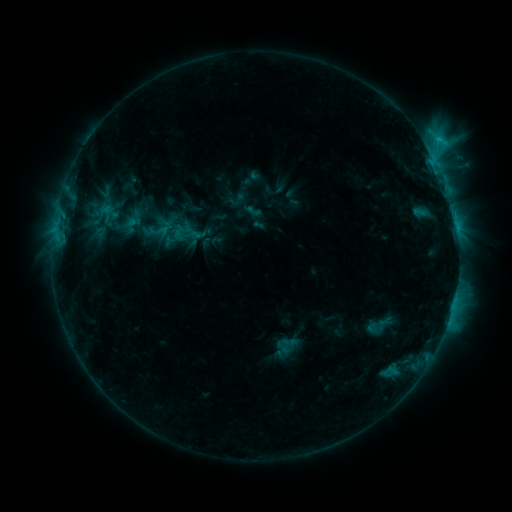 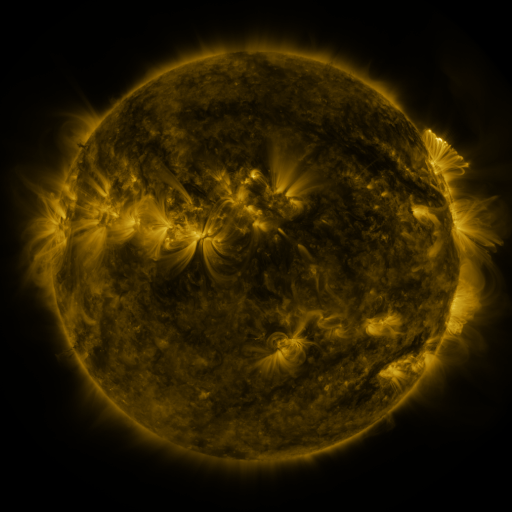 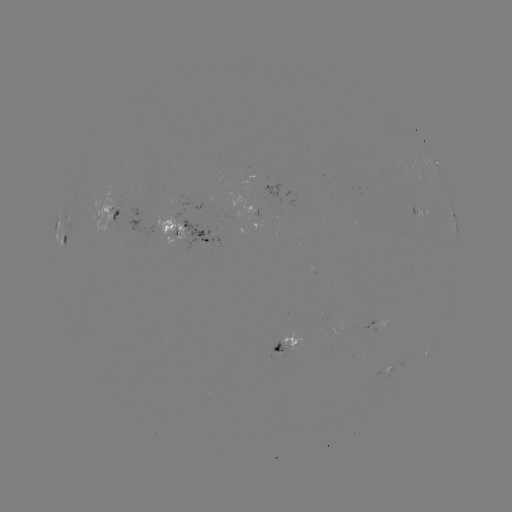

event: sigmoid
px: (252, 211)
